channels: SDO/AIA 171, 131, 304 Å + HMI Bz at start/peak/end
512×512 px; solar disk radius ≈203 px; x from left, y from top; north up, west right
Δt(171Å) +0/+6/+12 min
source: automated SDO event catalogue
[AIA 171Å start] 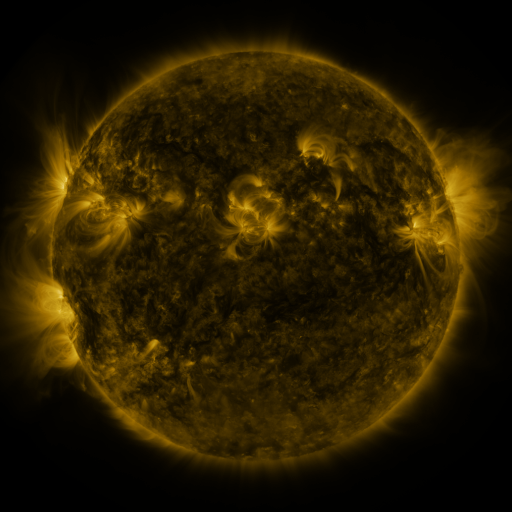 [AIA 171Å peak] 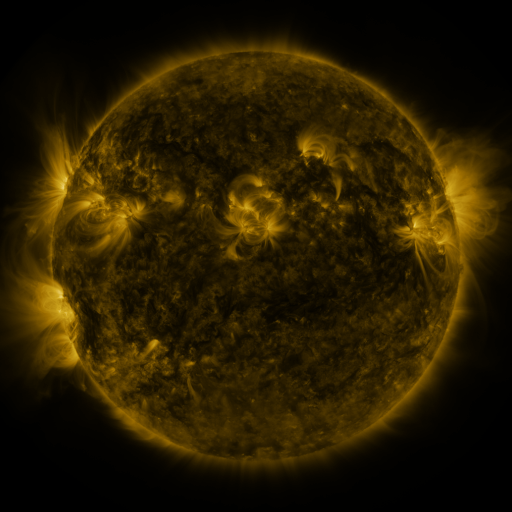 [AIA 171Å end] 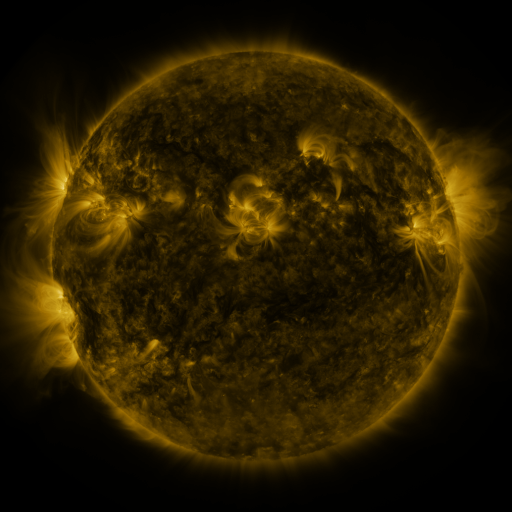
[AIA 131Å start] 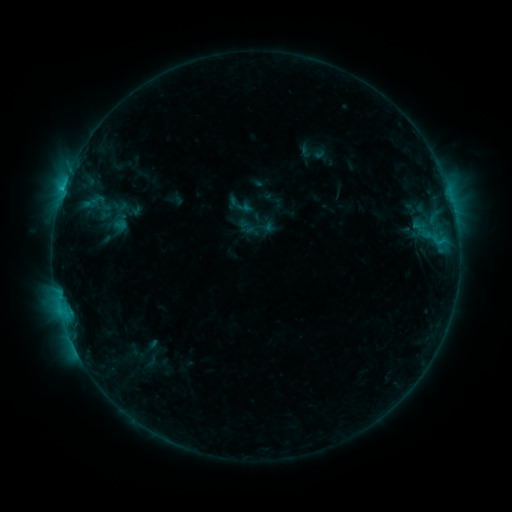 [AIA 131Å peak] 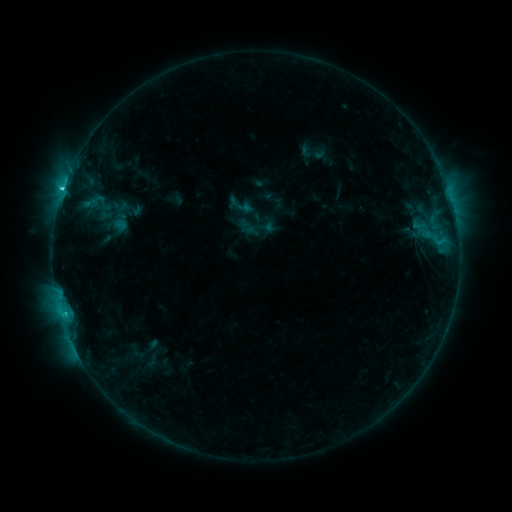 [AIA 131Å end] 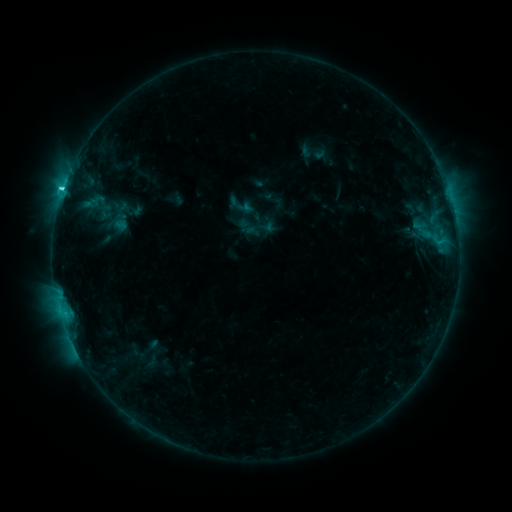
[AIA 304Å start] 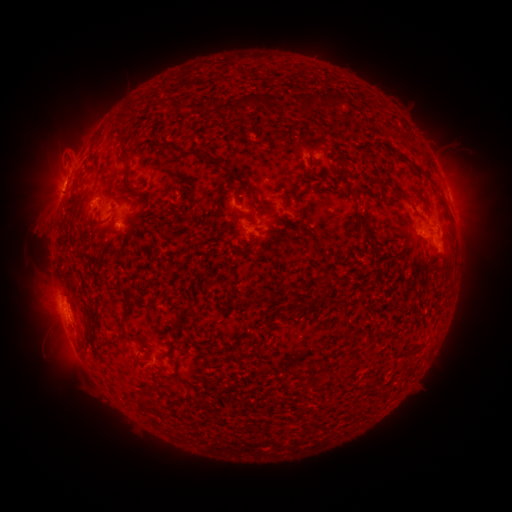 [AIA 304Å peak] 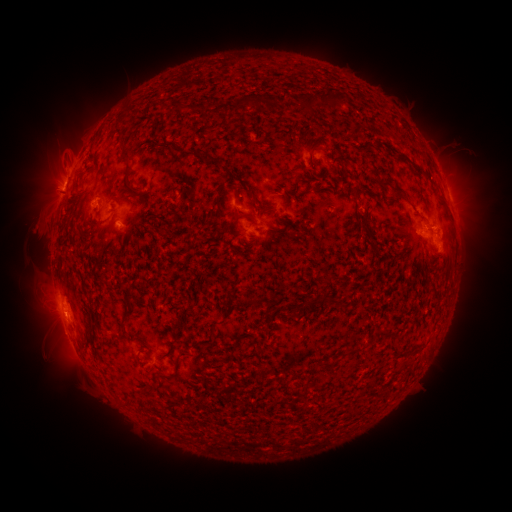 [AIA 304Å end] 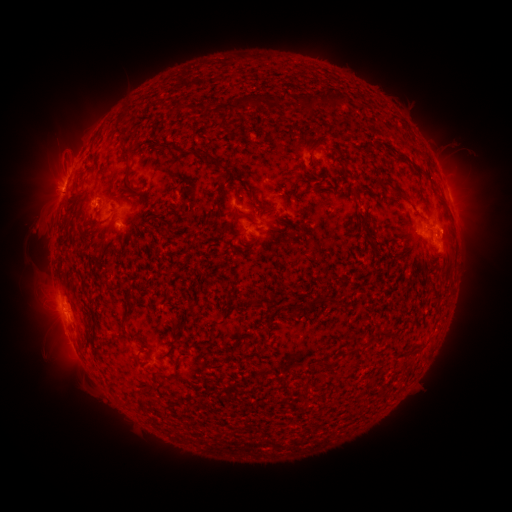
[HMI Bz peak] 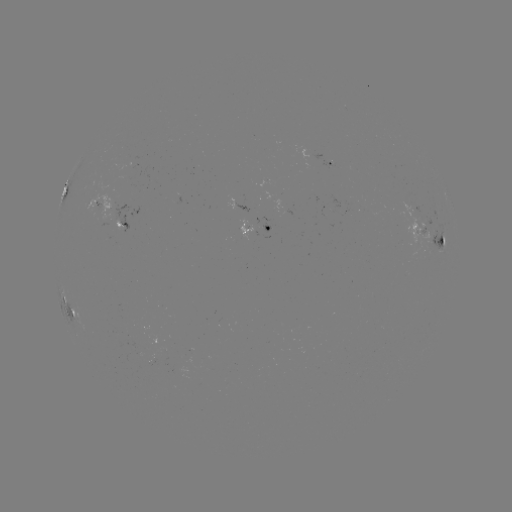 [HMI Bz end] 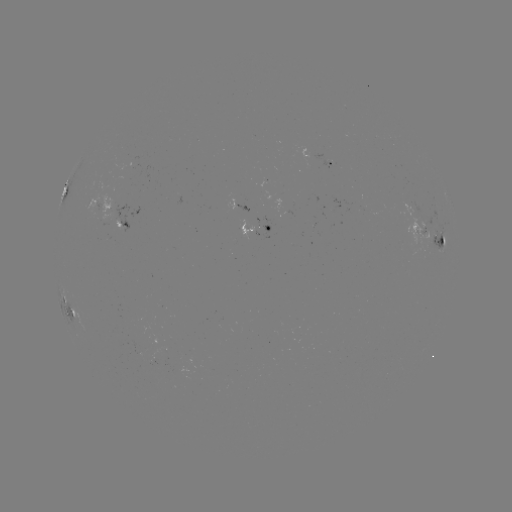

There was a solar flare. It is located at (62, 193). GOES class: C2.7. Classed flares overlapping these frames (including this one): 1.